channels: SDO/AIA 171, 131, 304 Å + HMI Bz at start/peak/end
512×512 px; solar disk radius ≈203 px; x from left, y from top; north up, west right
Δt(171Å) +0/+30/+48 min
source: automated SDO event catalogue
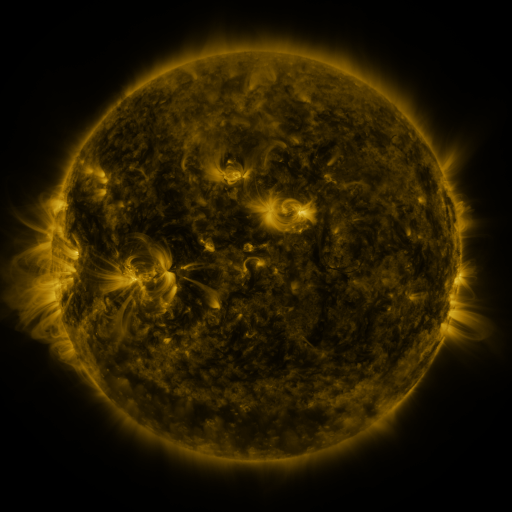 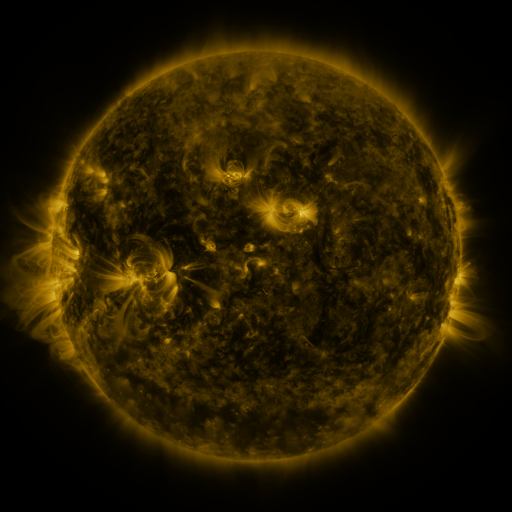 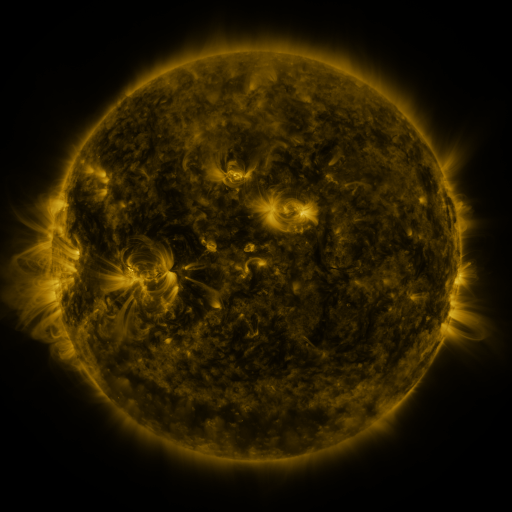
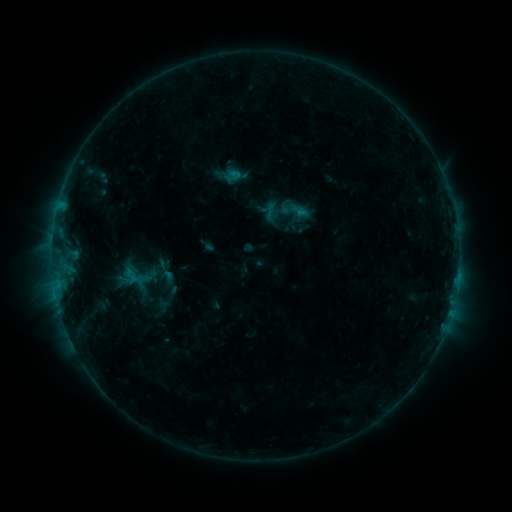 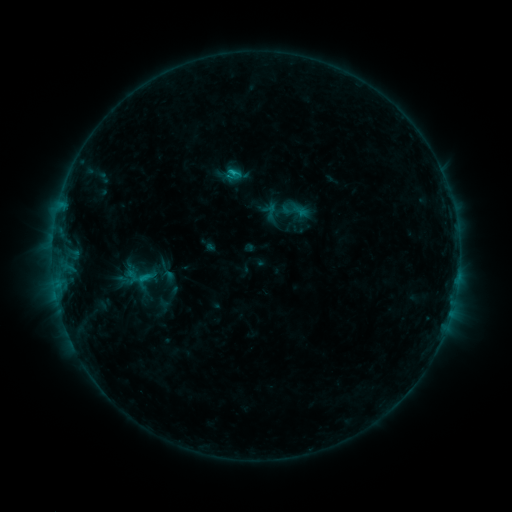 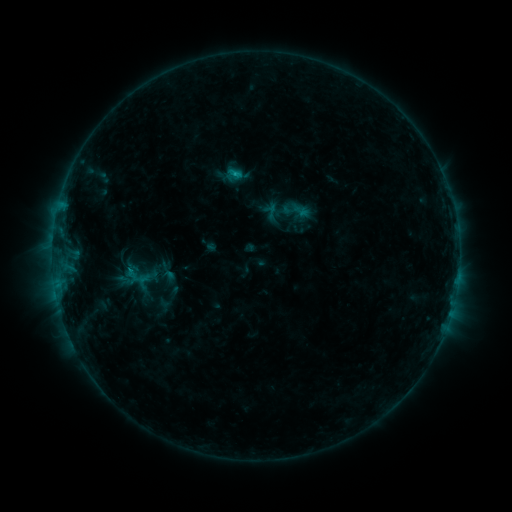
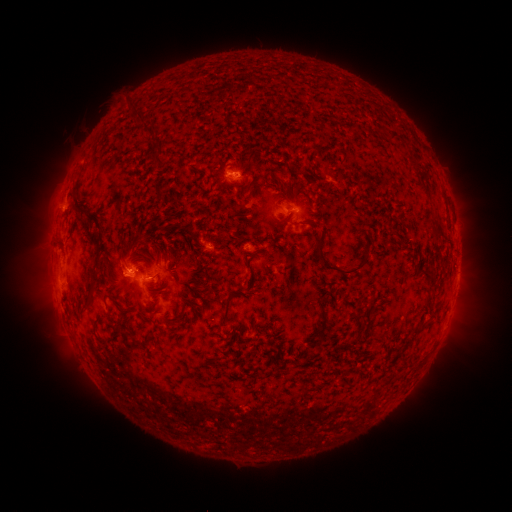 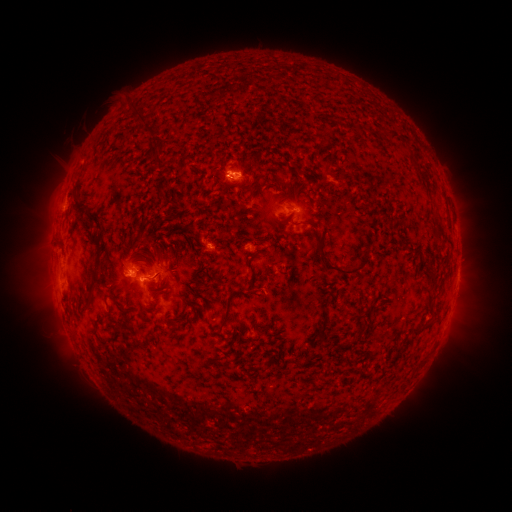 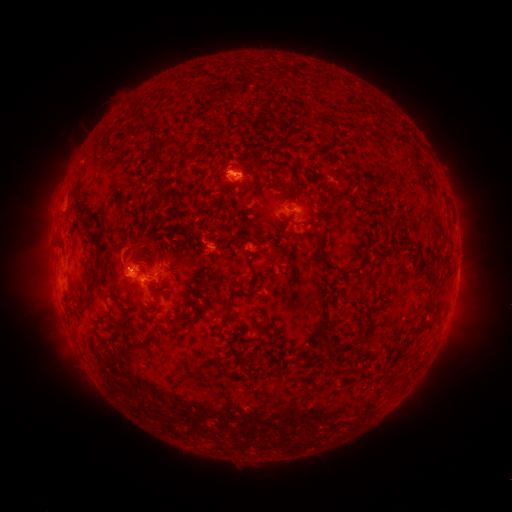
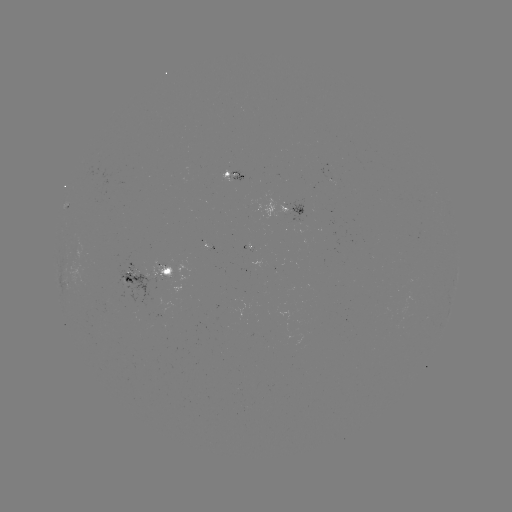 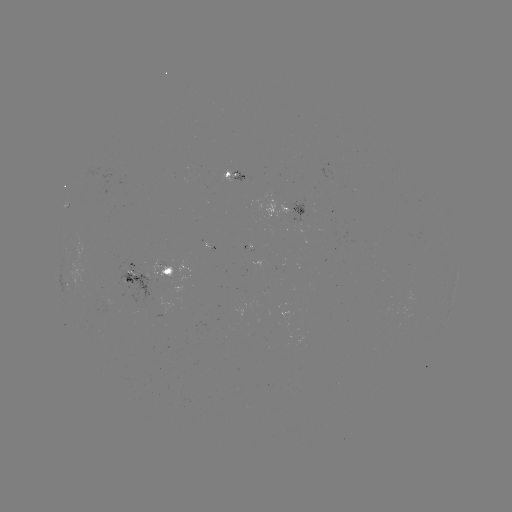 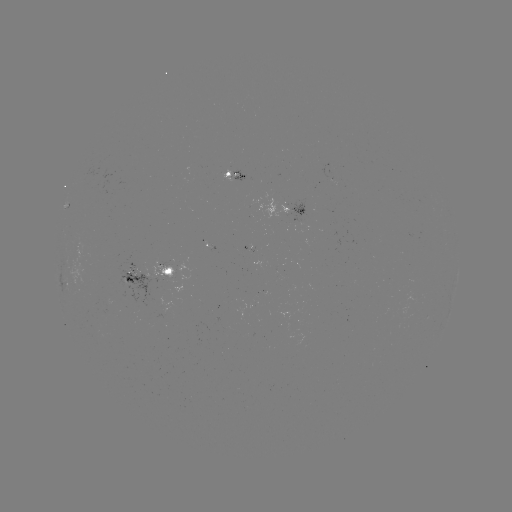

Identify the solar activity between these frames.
C1.1 flare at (235, 174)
